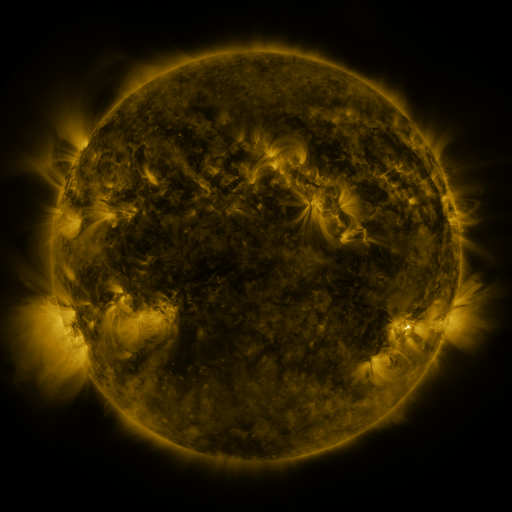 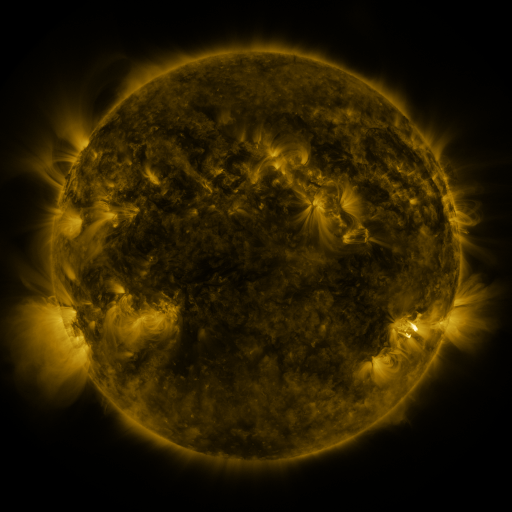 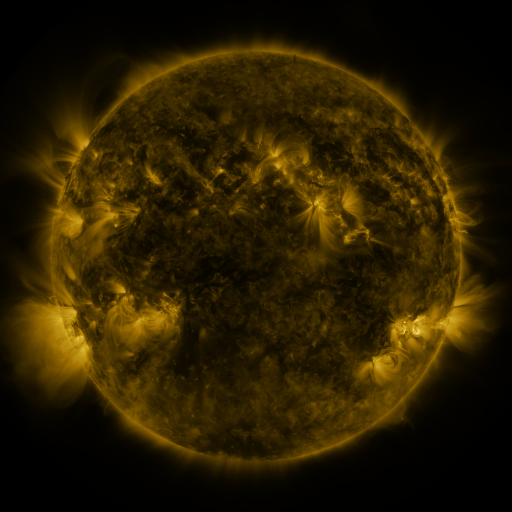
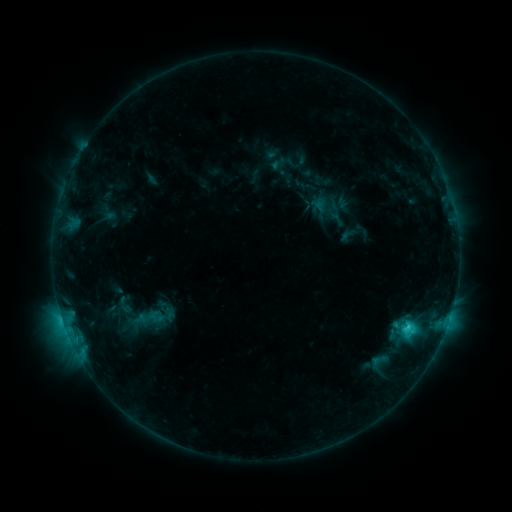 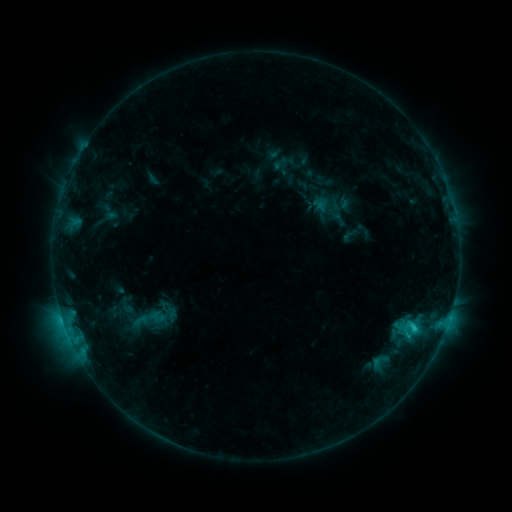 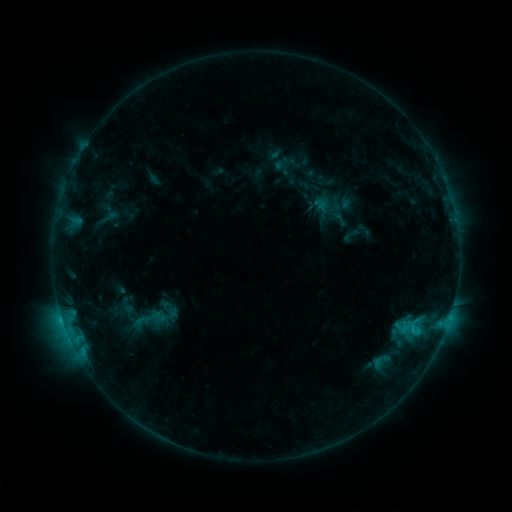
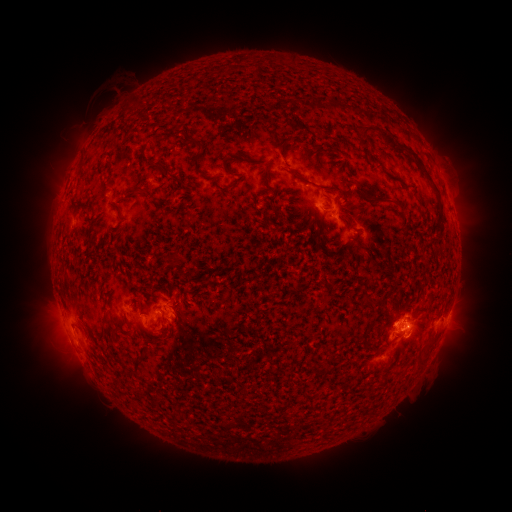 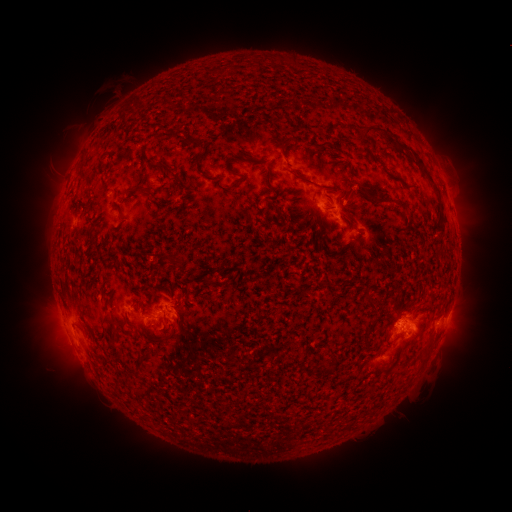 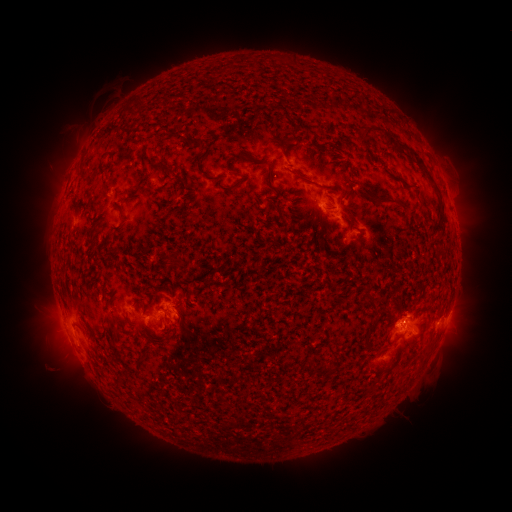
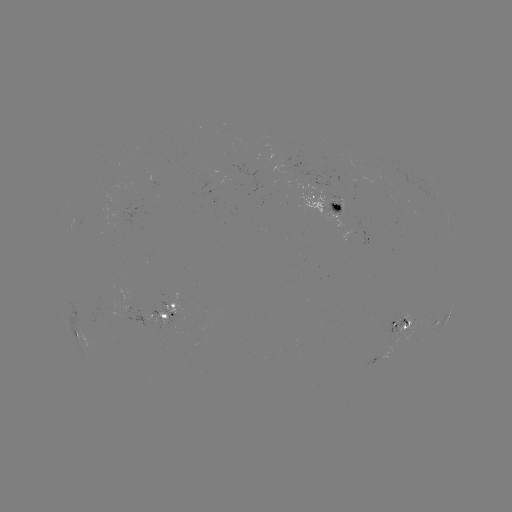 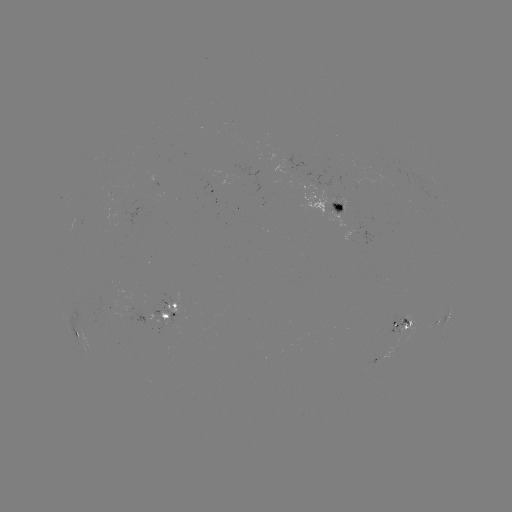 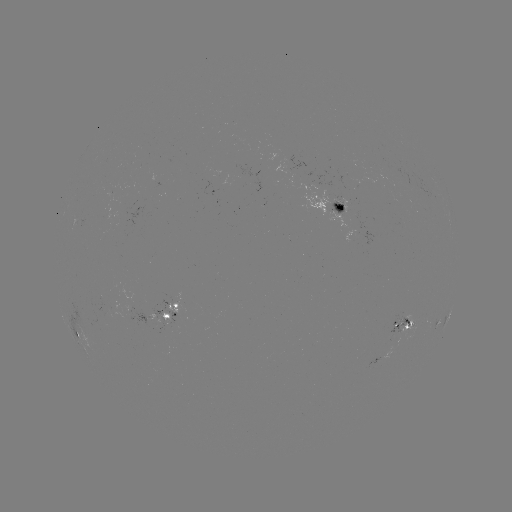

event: emerging-flux region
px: (400, 331)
